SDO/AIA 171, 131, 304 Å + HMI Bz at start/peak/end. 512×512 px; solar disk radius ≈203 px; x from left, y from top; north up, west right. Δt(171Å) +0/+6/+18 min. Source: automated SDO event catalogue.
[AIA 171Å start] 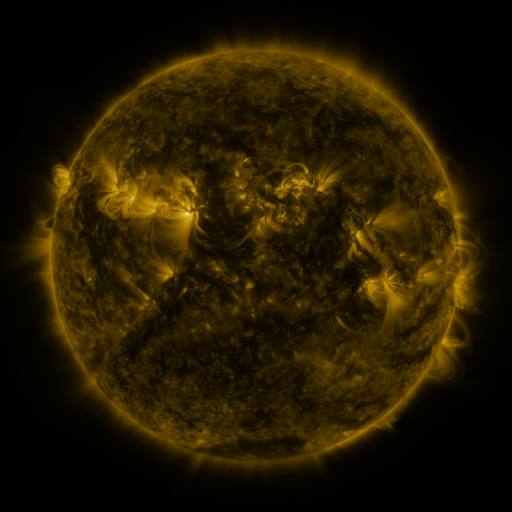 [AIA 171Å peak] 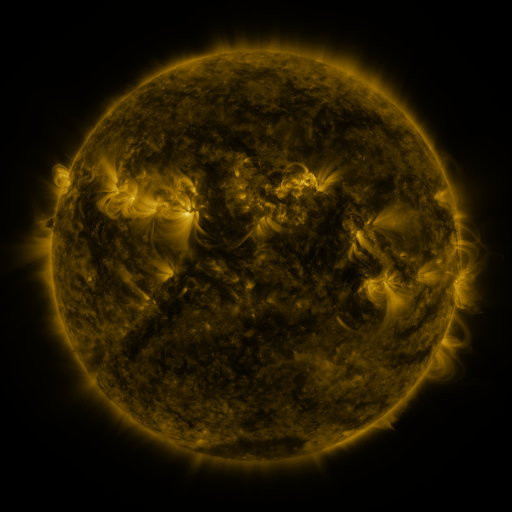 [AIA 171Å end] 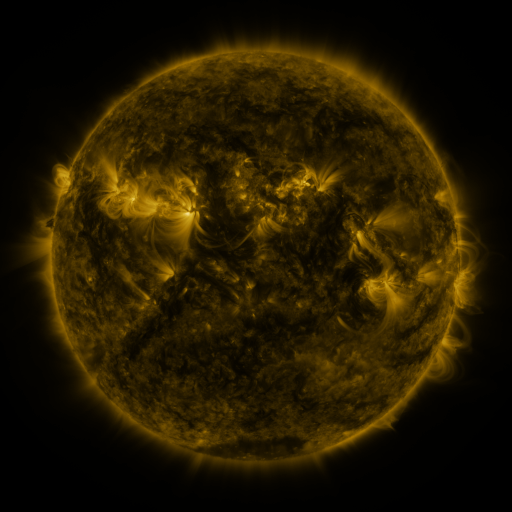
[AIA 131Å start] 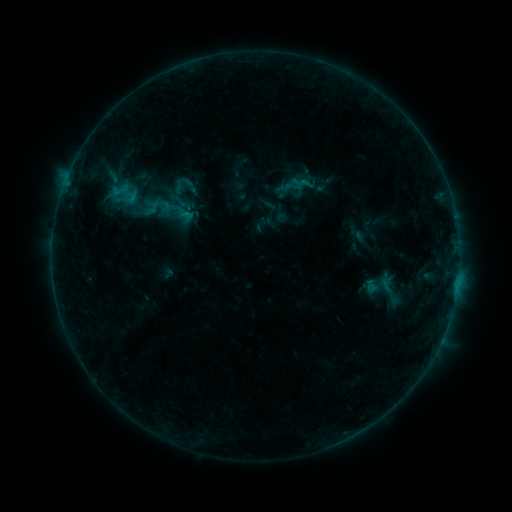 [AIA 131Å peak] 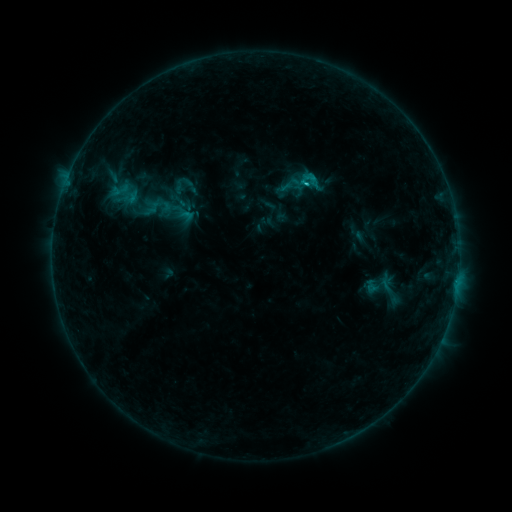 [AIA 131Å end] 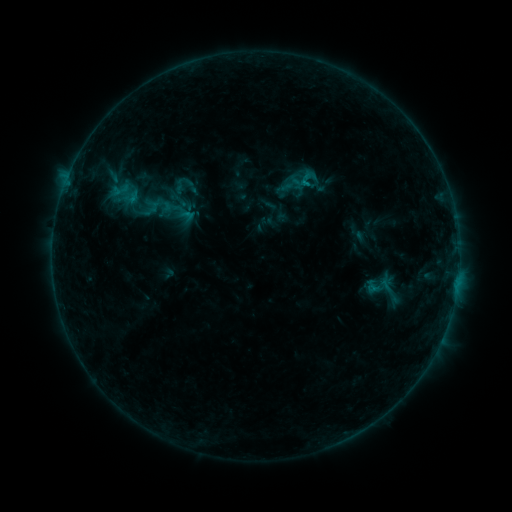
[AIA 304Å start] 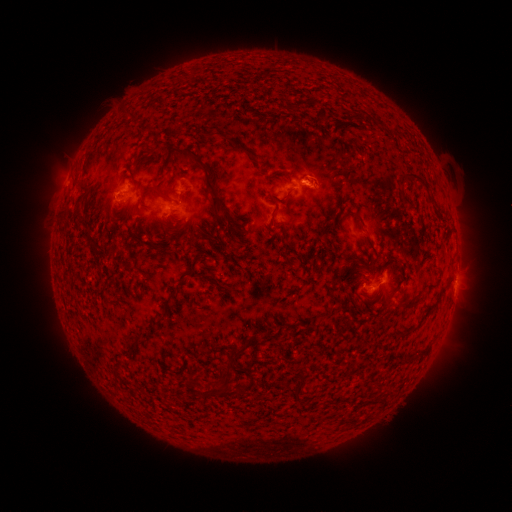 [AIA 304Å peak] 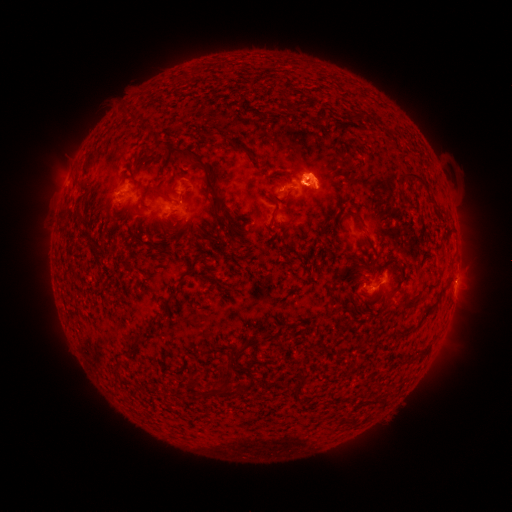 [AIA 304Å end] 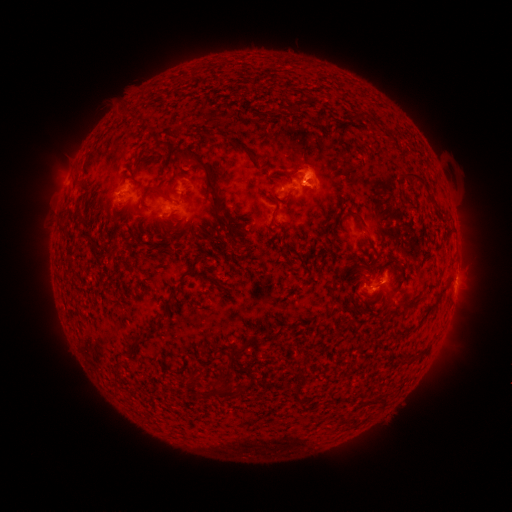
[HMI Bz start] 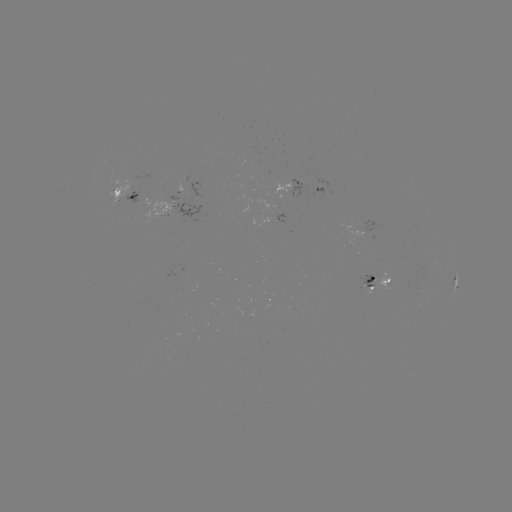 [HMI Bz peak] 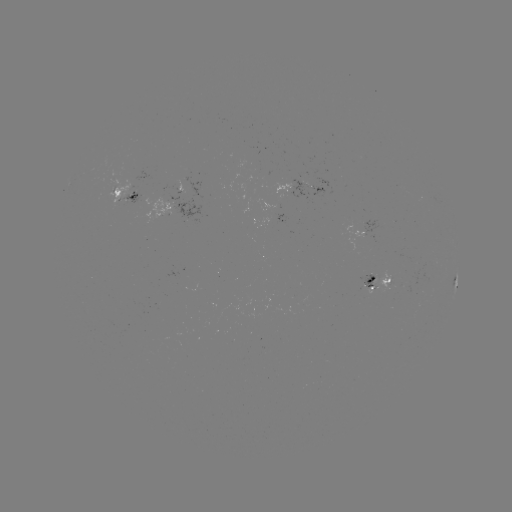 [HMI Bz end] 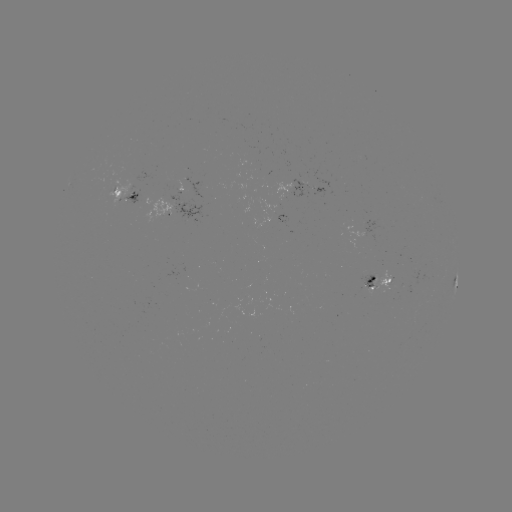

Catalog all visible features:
B7.8 flare: (303, 185)
